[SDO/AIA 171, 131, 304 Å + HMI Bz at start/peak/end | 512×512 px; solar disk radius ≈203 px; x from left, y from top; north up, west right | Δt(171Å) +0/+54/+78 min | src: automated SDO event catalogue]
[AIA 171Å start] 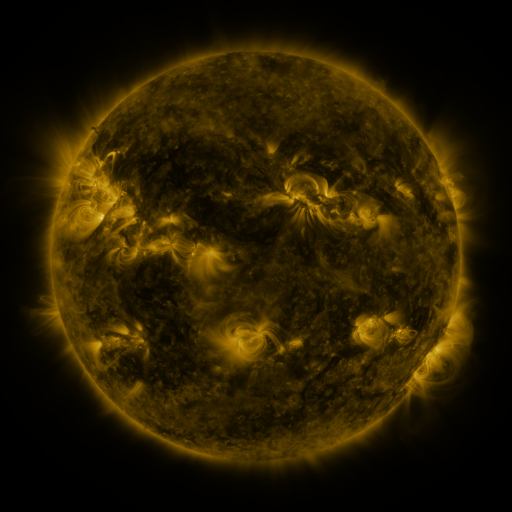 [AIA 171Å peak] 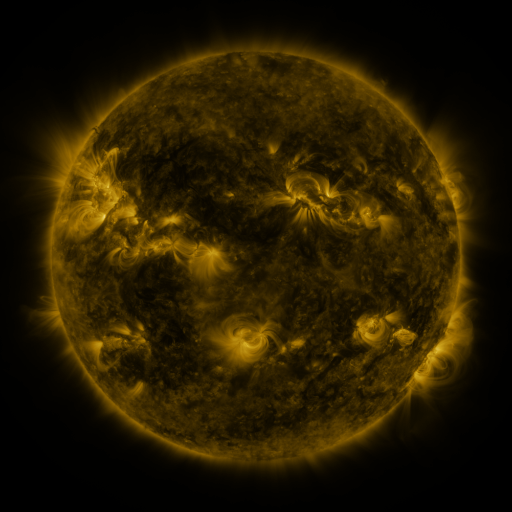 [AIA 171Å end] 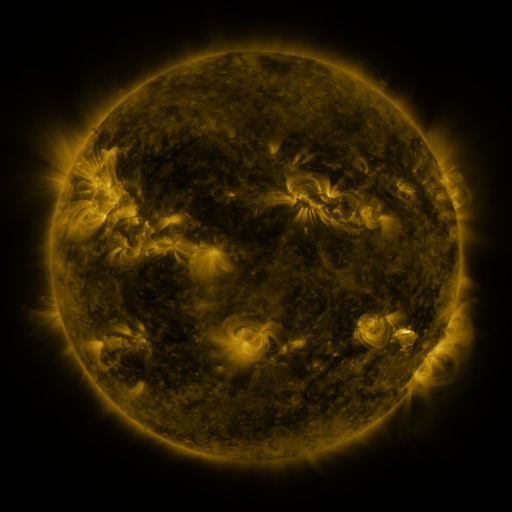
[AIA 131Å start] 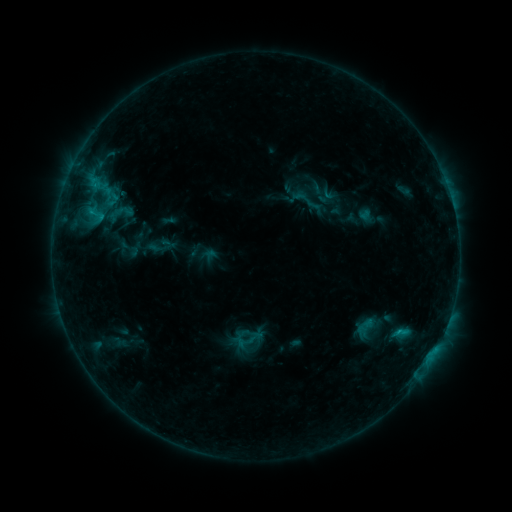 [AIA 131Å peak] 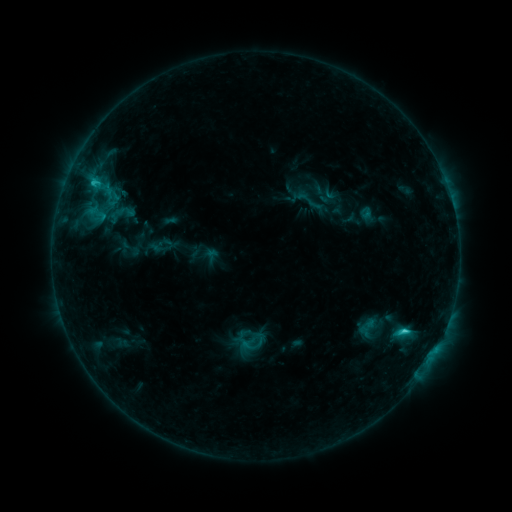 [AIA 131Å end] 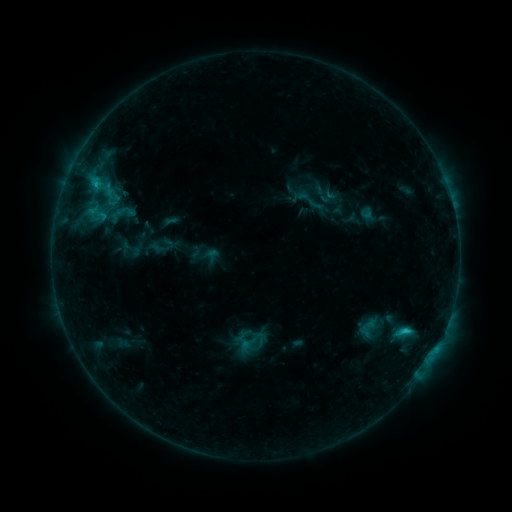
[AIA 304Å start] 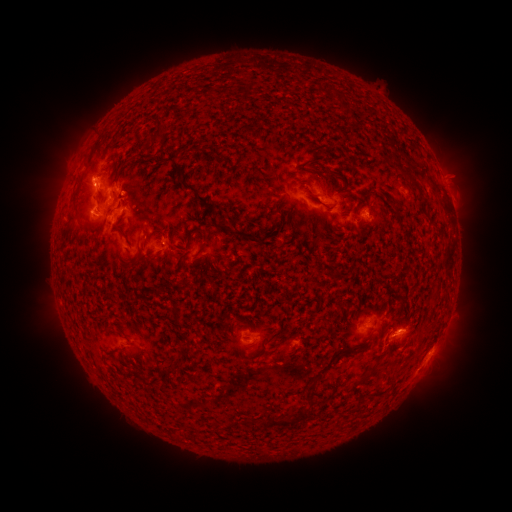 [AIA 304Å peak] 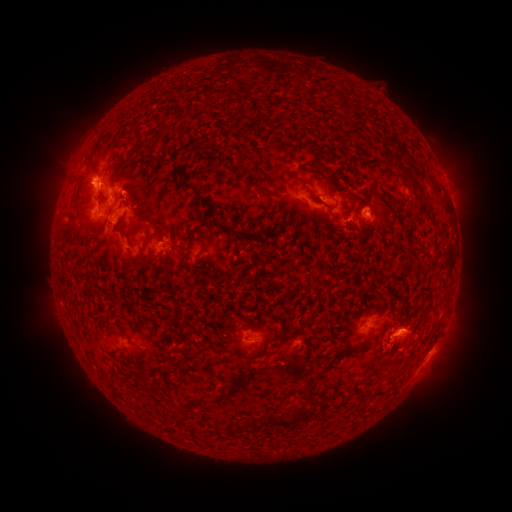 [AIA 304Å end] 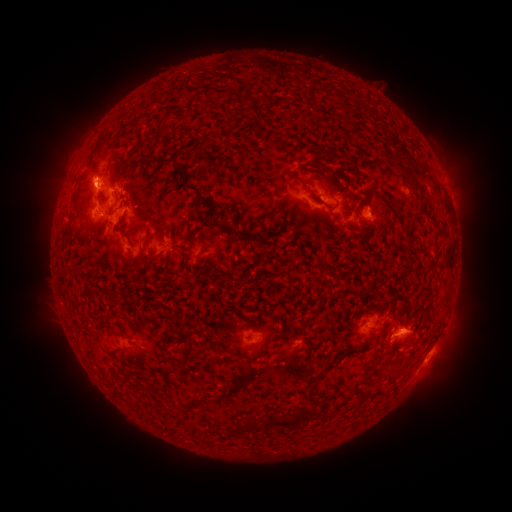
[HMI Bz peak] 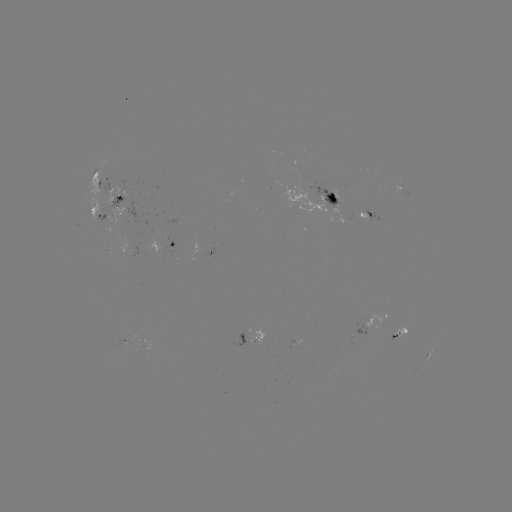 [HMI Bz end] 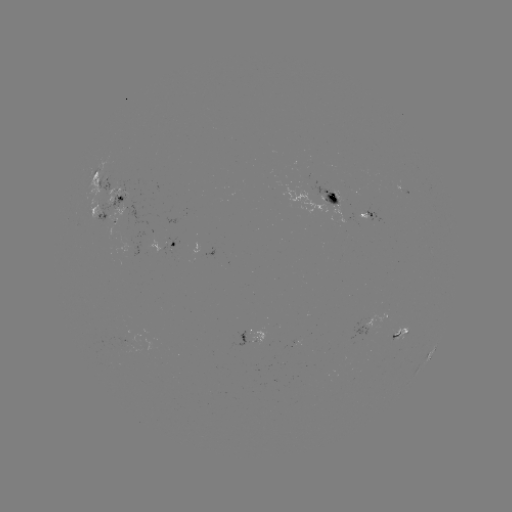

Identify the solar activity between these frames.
C2.2 flare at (403, 331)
